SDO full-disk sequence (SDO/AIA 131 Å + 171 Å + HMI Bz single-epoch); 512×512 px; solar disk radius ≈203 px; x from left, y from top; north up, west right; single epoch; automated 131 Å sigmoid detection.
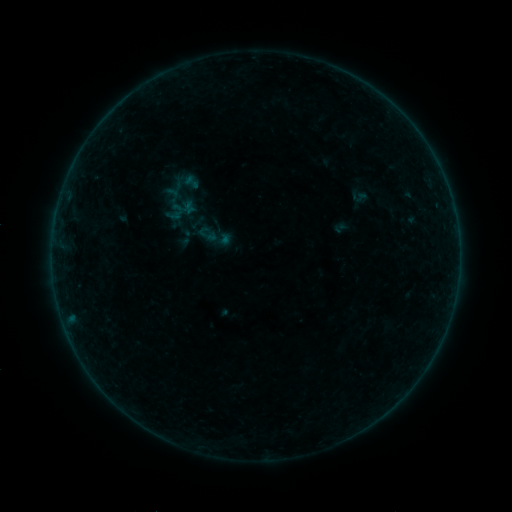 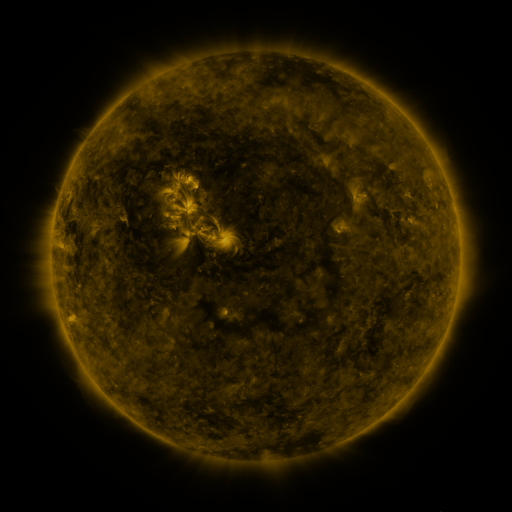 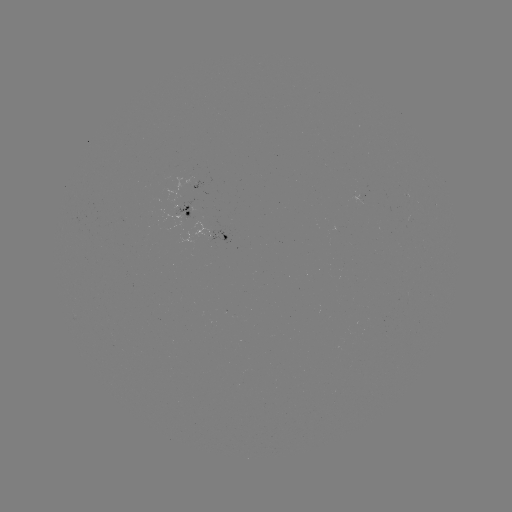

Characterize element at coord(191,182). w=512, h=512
sigmoid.